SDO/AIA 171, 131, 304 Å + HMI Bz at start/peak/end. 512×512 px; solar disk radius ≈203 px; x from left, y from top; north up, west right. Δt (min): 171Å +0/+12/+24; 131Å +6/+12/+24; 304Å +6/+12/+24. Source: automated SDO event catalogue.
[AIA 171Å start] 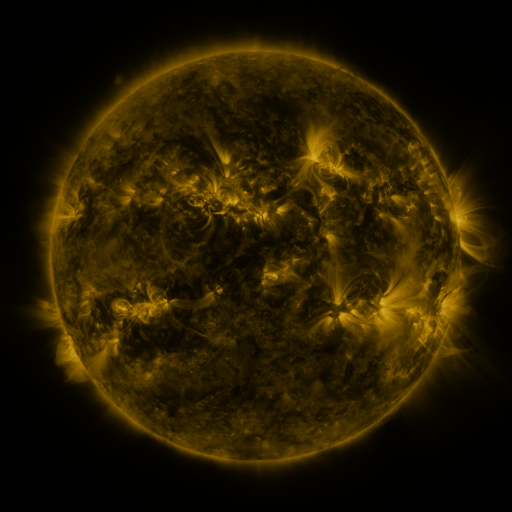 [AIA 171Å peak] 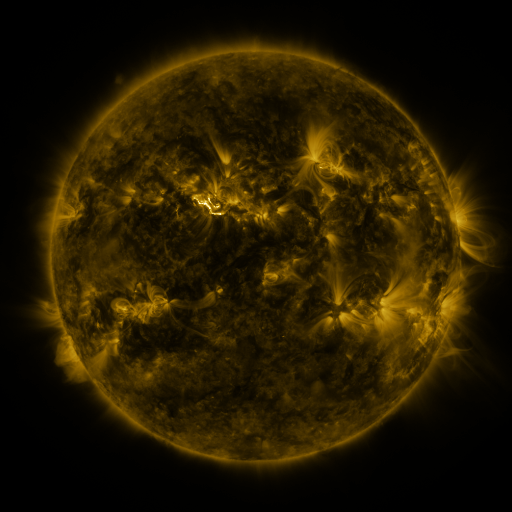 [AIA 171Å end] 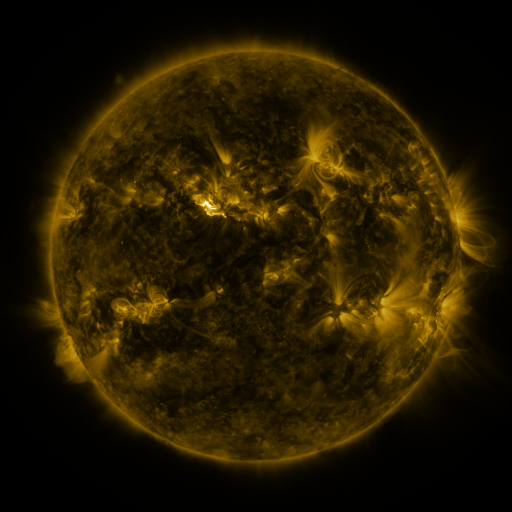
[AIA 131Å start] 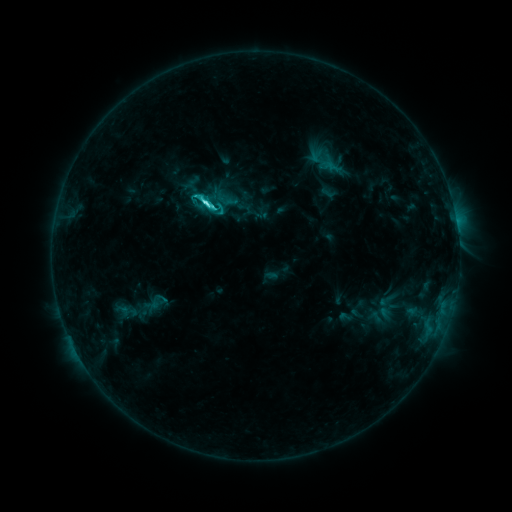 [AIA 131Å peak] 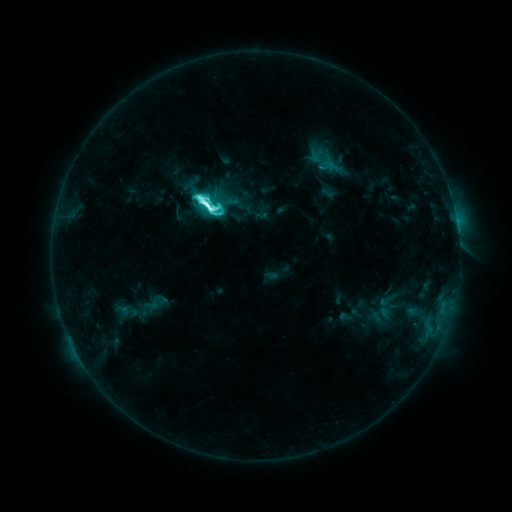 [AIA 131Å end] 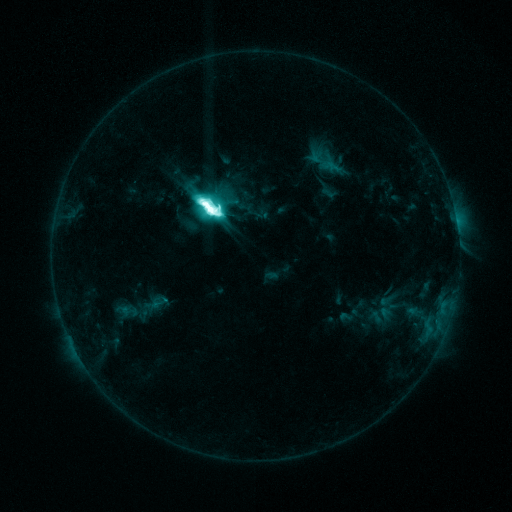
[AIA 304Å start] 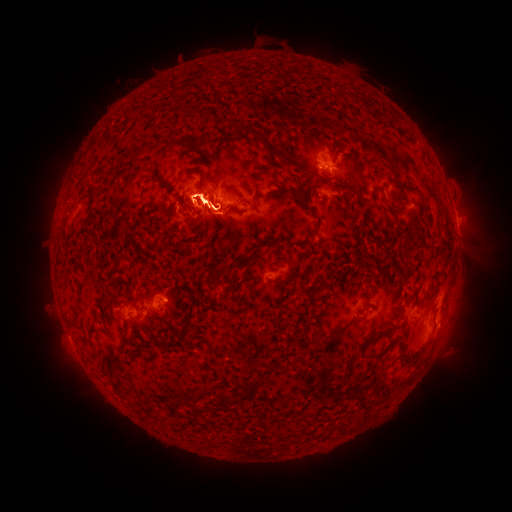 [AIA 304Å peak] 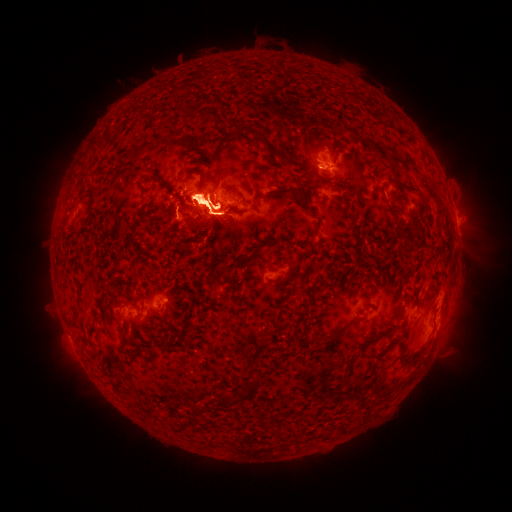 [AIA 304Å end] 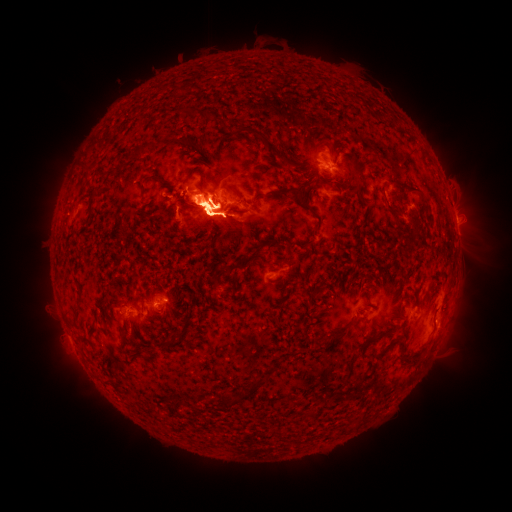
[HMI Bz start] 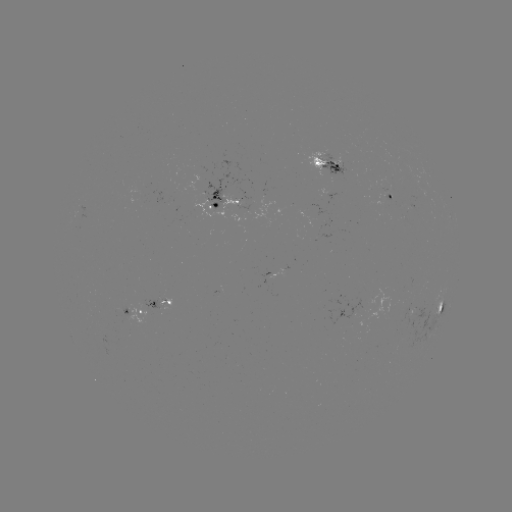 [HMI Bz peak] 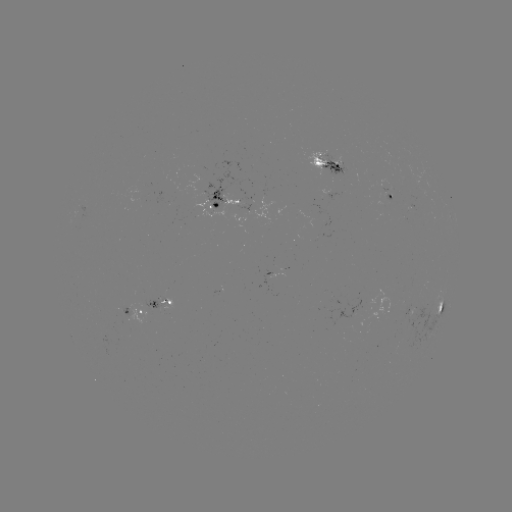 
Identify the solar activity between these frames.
eruption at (449, 332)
